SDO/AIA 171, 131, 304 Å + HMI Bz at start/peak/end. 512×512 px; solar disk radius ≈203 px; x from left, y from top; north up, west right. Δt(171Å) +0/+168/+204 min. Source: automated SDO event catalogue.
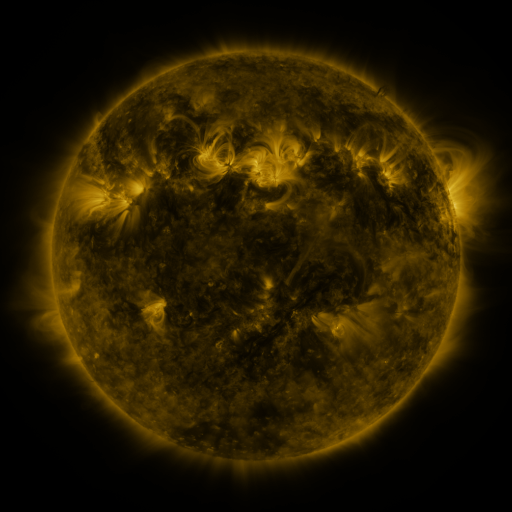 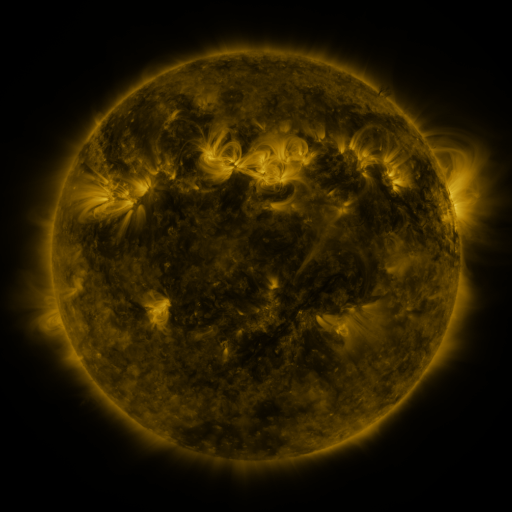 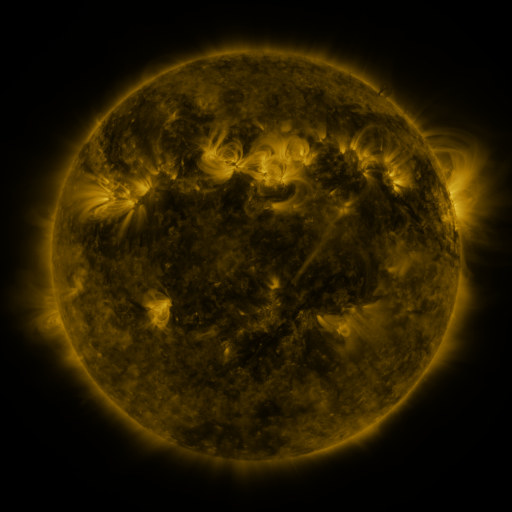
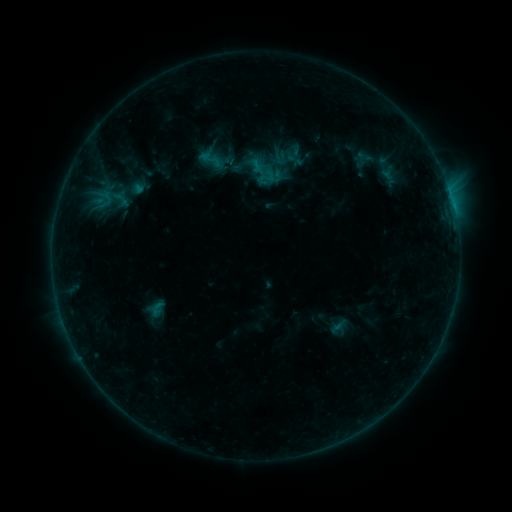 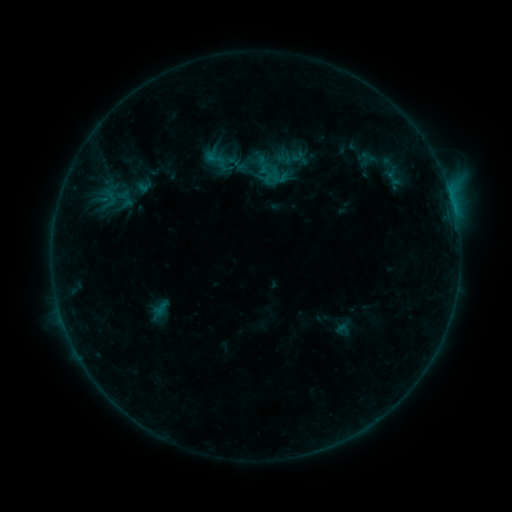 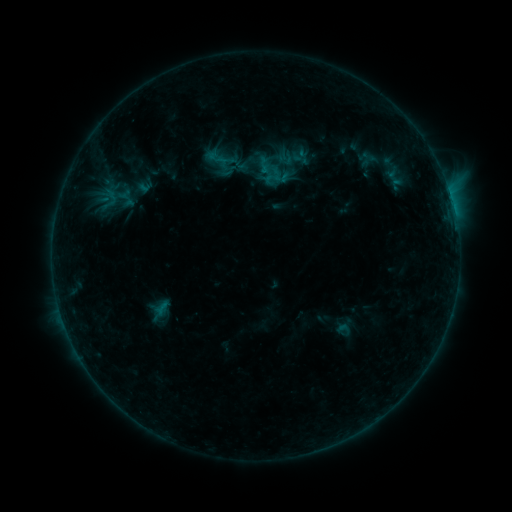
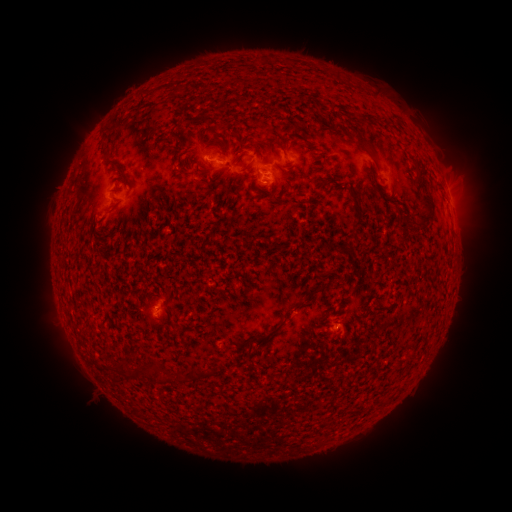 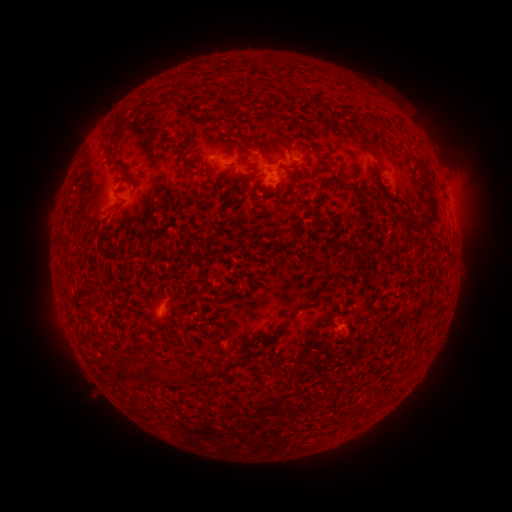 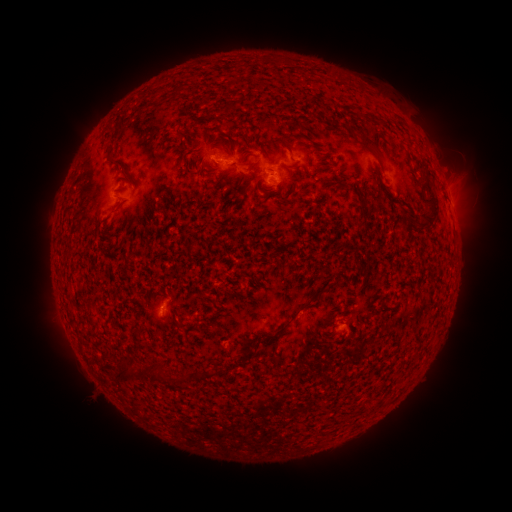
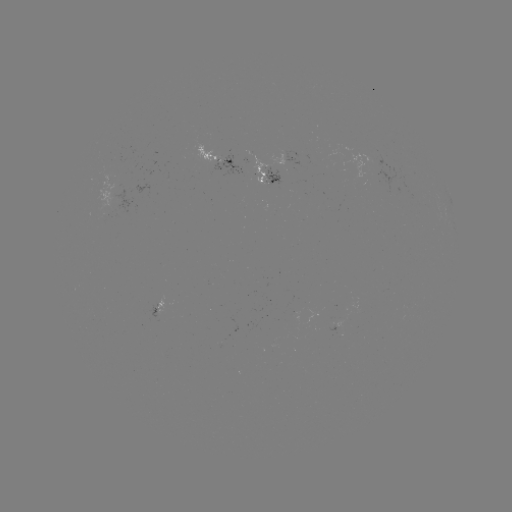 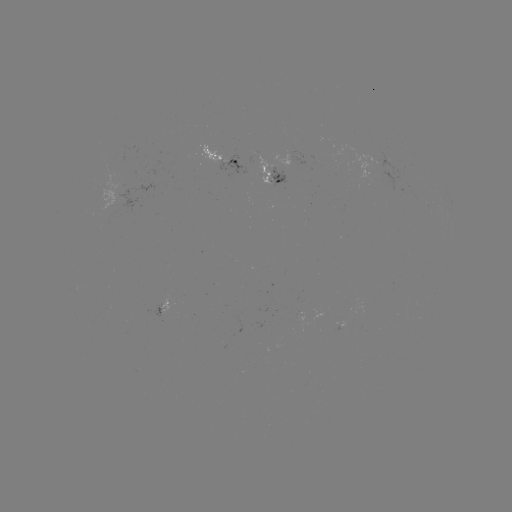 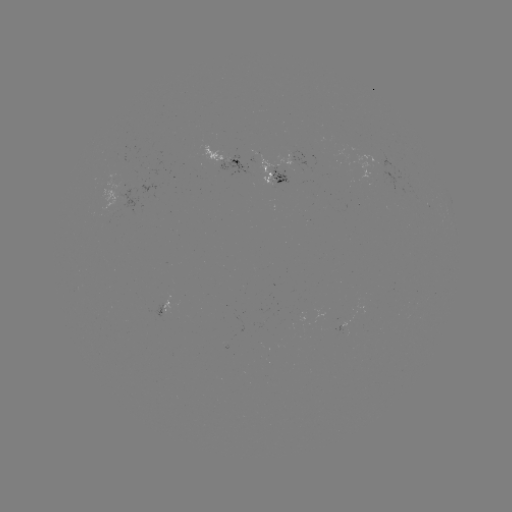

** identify emerging-flux region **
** (268, 176) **